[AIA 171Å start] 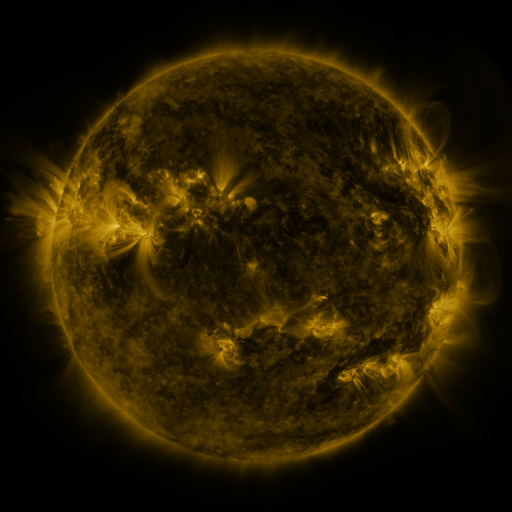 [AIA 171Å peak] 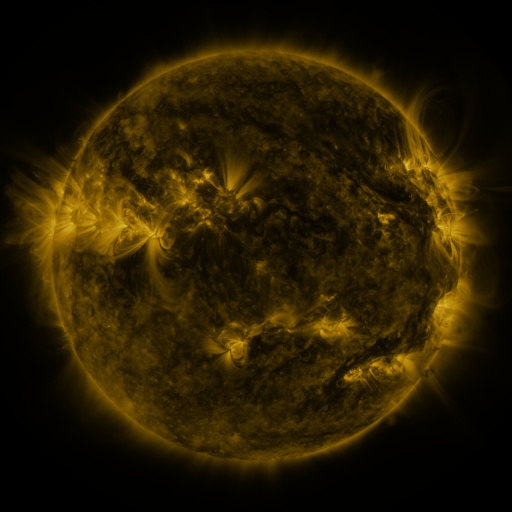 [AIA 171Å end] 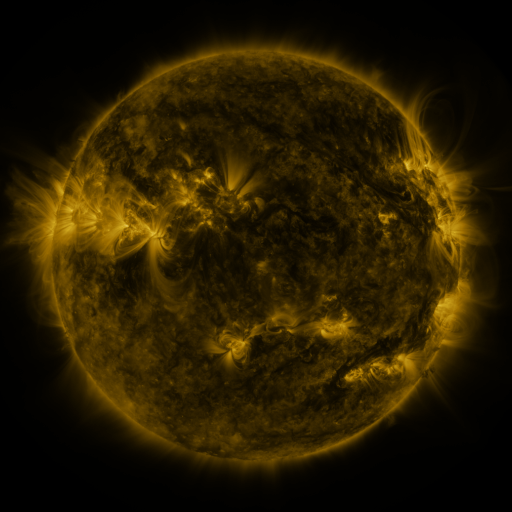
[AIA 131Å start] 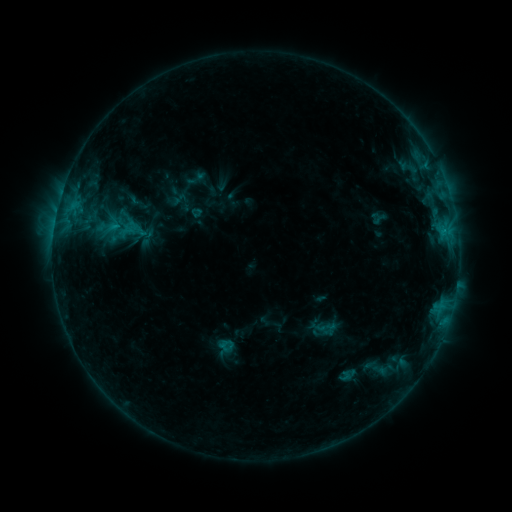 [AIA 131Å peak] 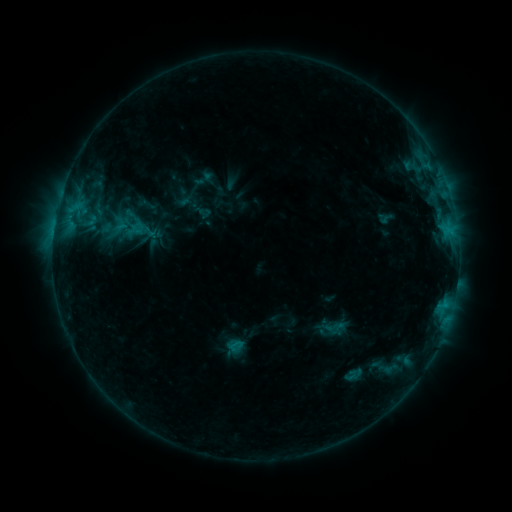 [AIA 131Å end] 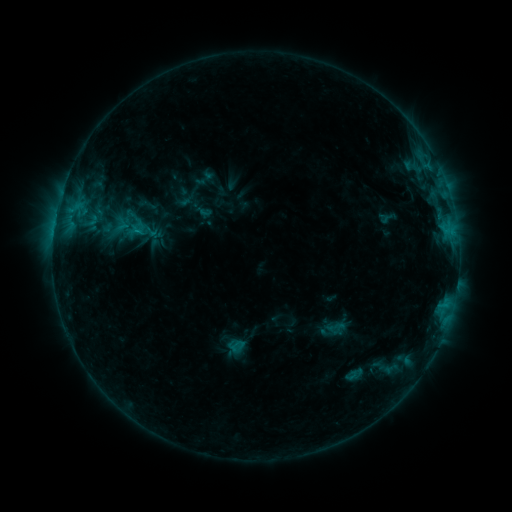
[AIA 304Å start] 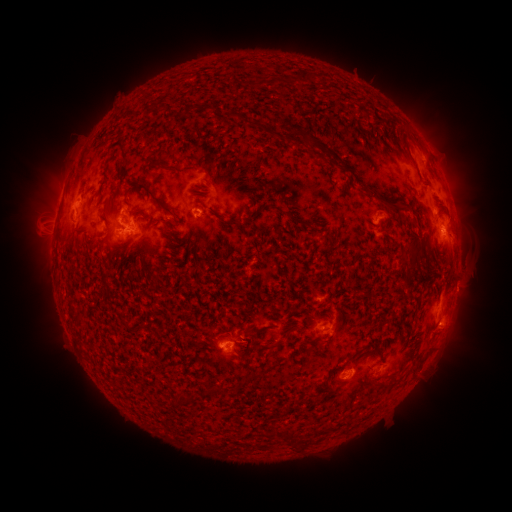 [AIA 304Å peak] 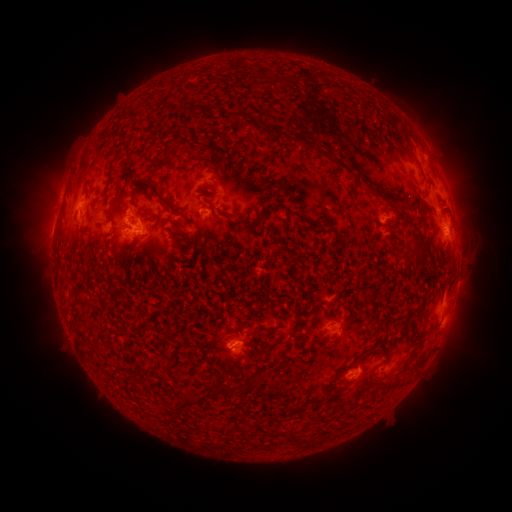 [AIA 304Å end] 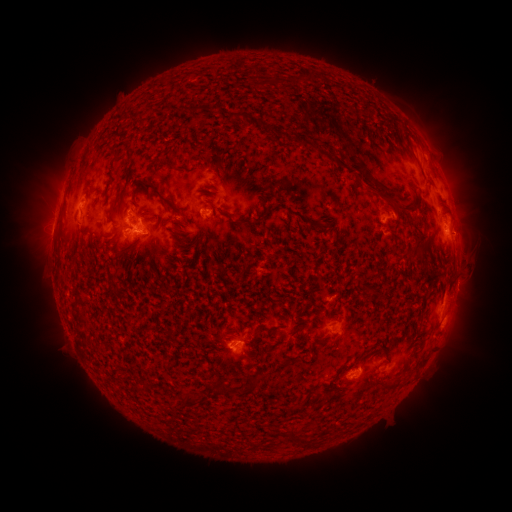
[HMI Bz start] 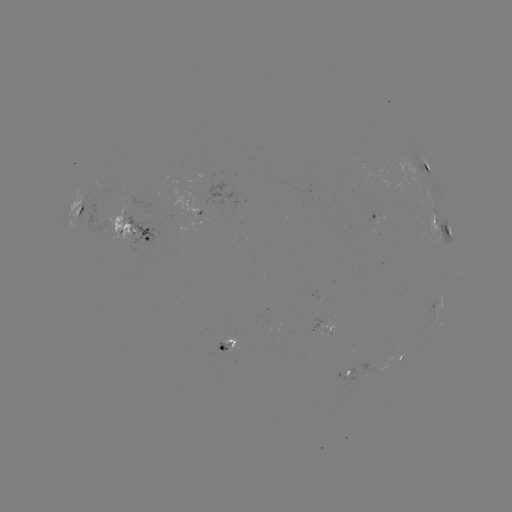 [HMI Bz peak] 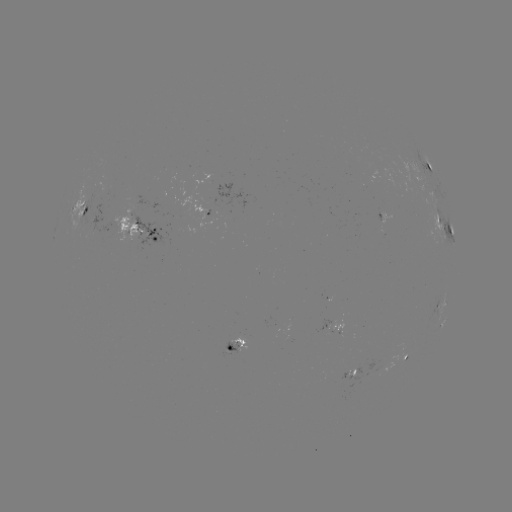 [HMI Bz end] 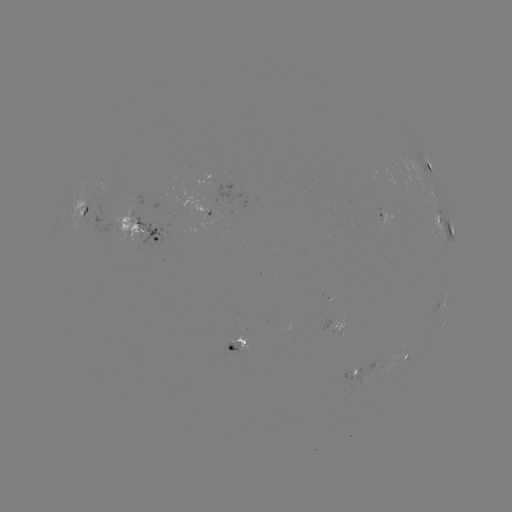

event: emerging-flux region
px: (338, 329)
